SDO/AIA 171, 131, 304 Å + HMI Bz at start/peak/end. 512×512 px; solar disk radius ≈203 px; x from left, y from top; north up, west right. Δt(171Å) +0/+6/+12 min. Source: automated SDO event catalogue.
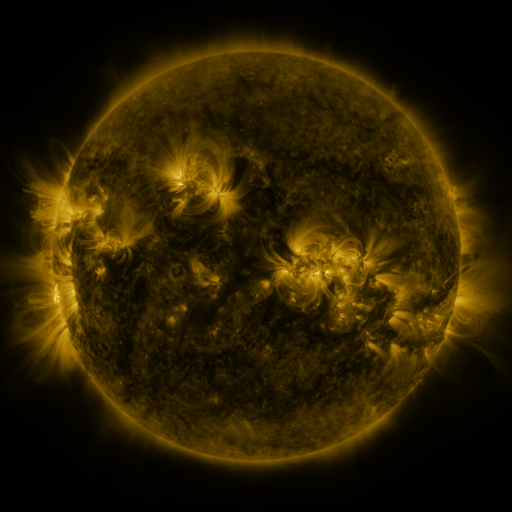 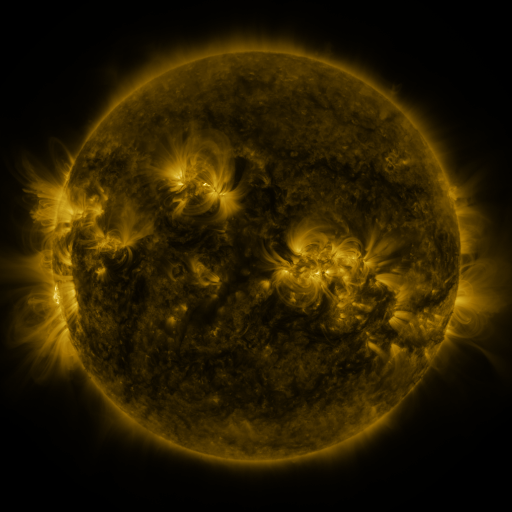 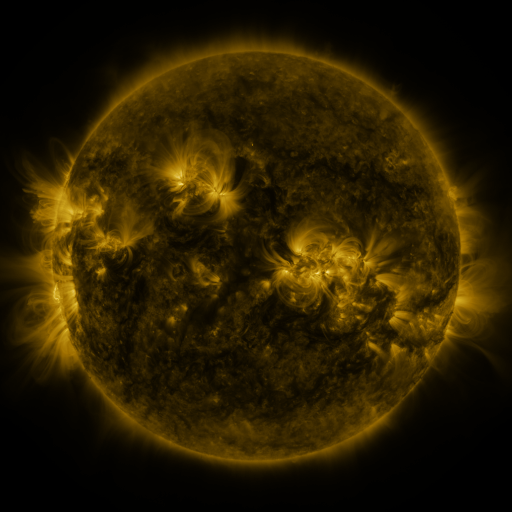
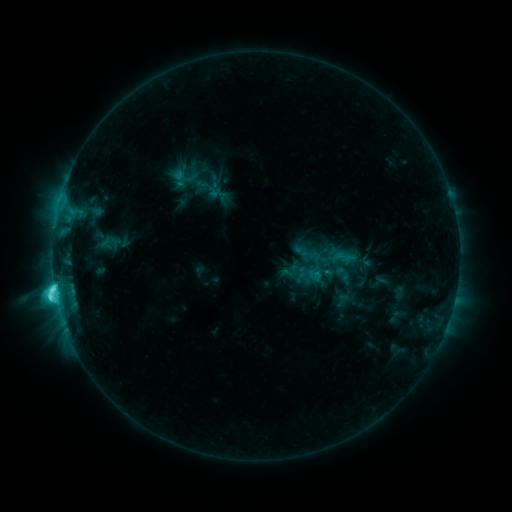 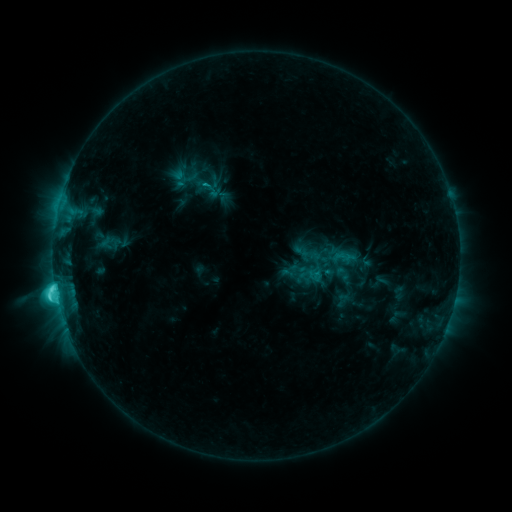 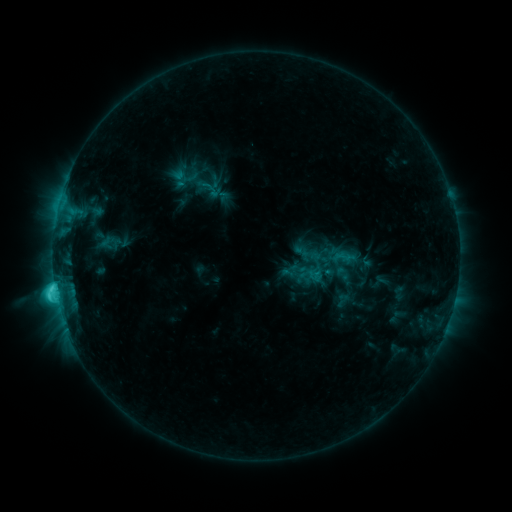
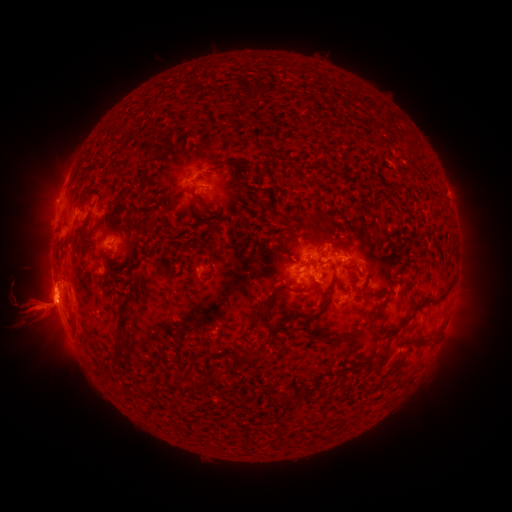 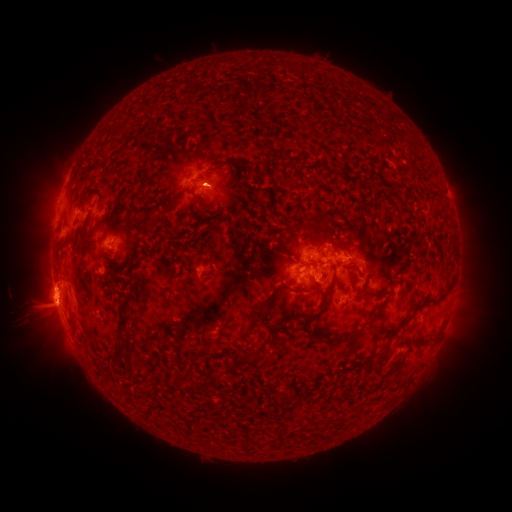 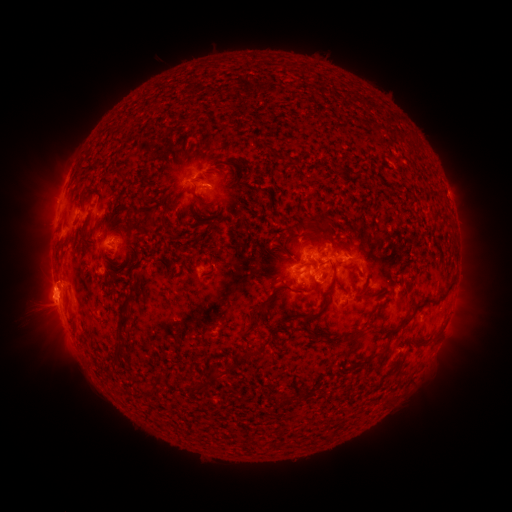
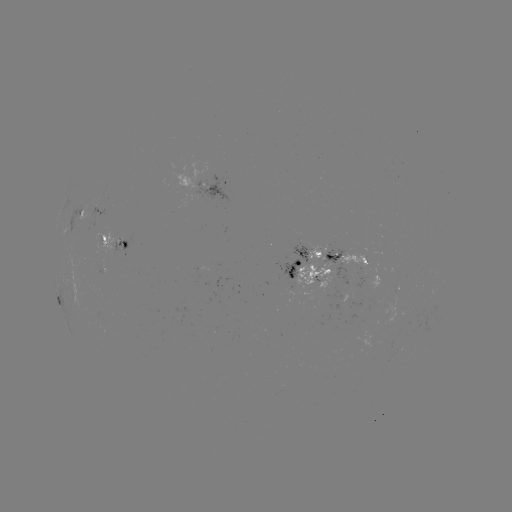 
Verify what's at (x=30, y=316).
eruption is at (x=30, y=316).